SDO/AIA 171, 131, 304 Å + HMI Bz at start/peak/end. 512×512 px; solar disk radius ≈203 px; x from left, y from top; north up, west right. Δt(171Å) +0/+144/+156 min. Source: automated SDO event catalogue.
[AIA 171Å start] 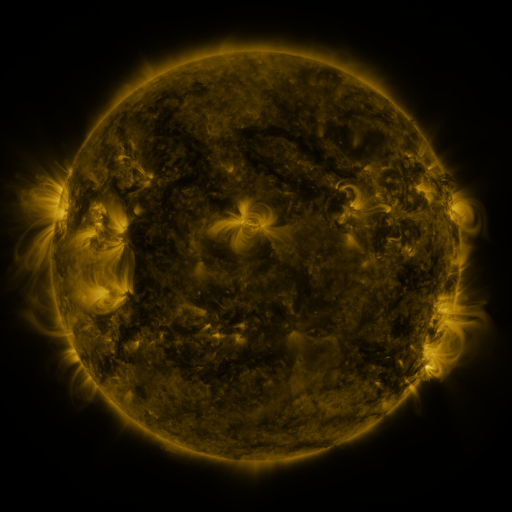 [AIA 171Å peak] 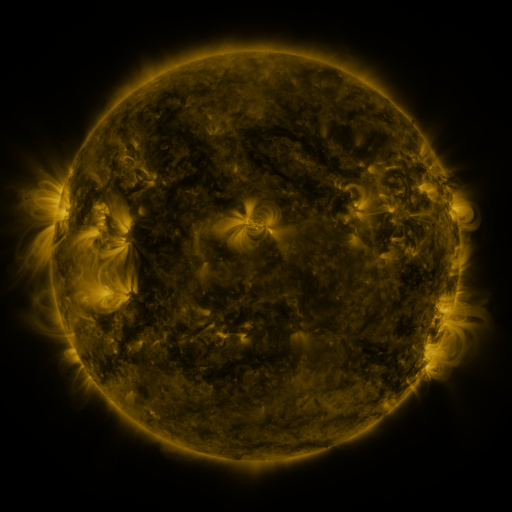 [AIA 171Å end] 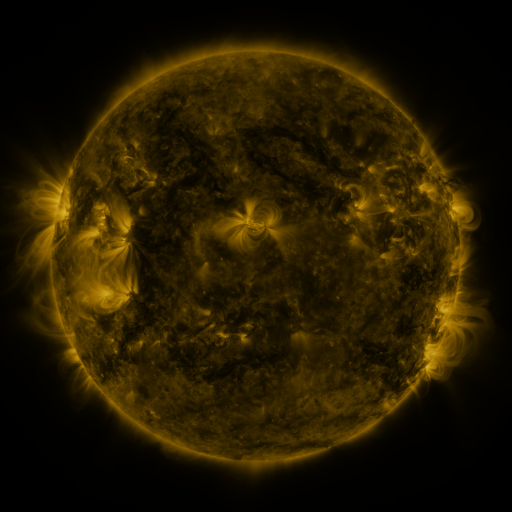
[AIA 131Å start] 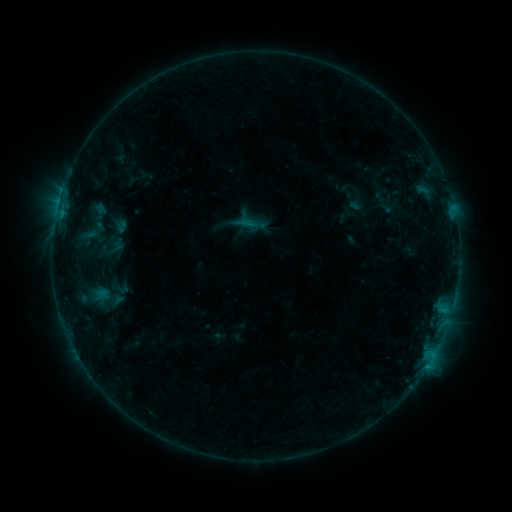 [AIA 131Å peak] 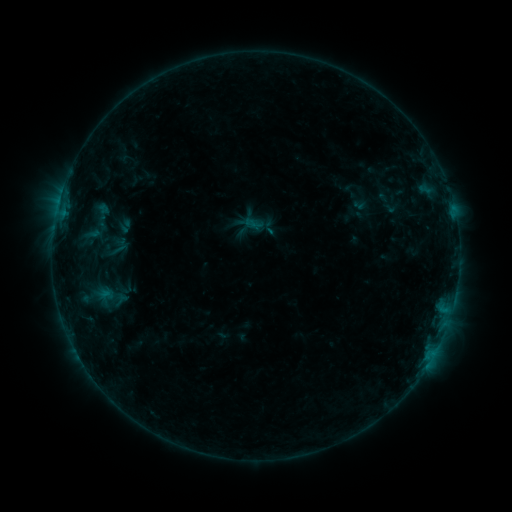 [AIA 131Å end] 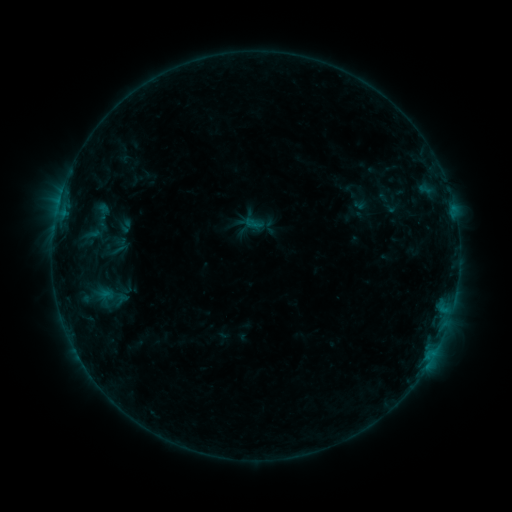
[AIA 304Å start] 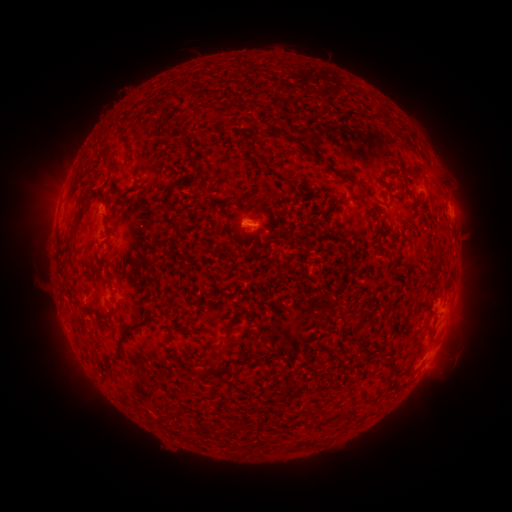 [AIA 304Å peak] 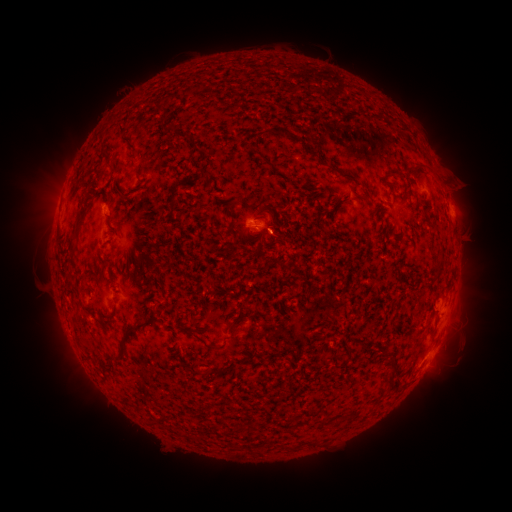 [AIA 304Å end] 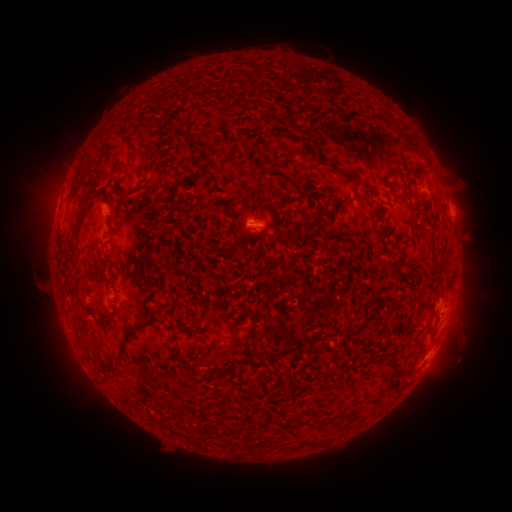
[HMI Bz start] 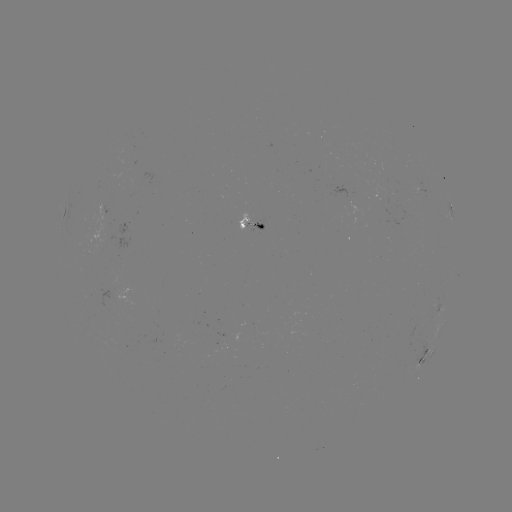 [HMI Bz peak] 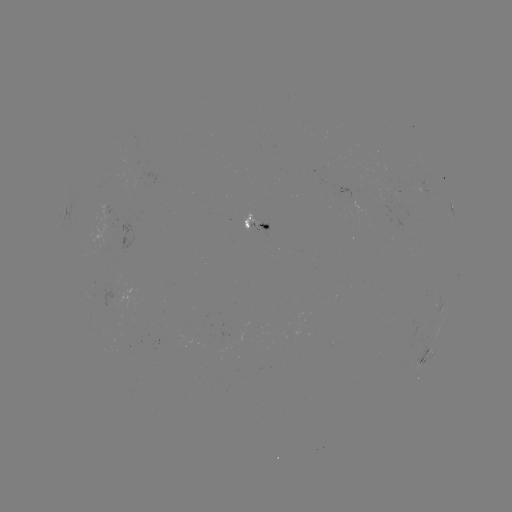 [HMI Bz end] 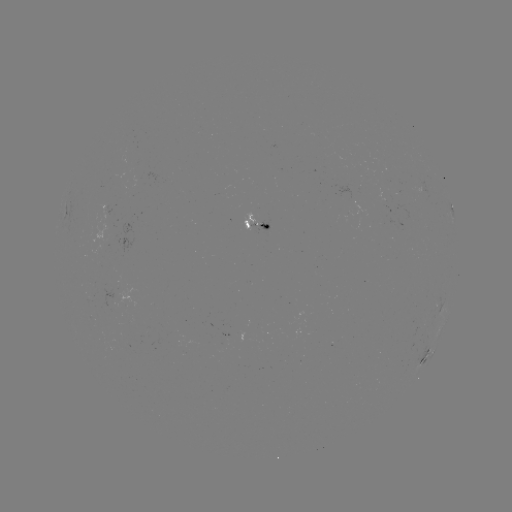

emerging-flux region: (250, 213, 270, 231)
